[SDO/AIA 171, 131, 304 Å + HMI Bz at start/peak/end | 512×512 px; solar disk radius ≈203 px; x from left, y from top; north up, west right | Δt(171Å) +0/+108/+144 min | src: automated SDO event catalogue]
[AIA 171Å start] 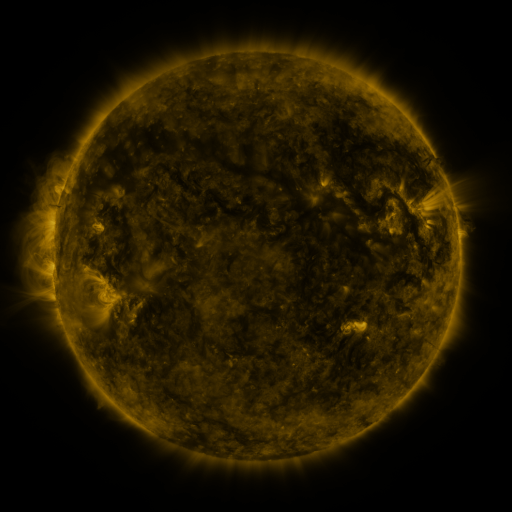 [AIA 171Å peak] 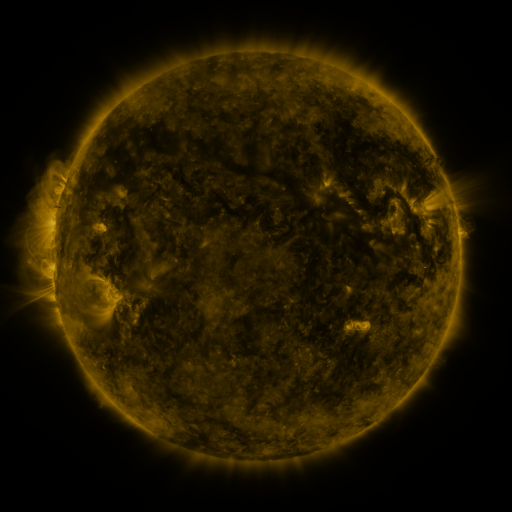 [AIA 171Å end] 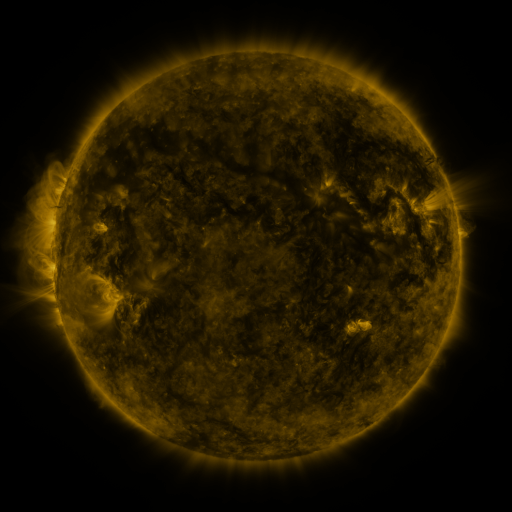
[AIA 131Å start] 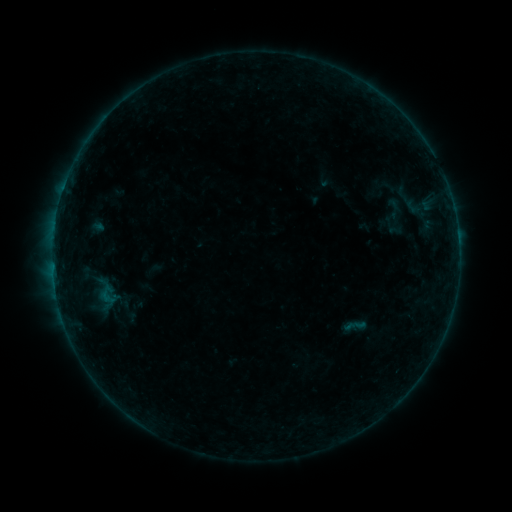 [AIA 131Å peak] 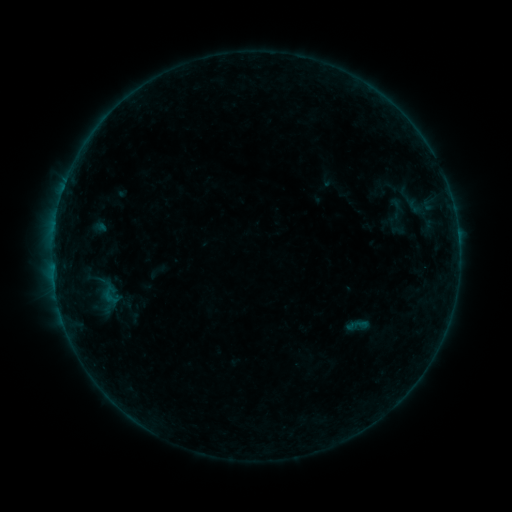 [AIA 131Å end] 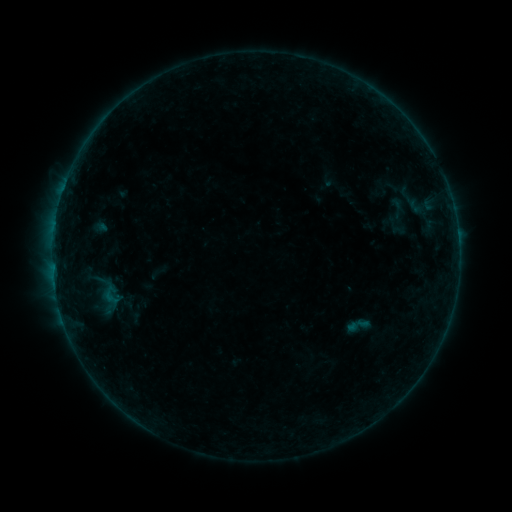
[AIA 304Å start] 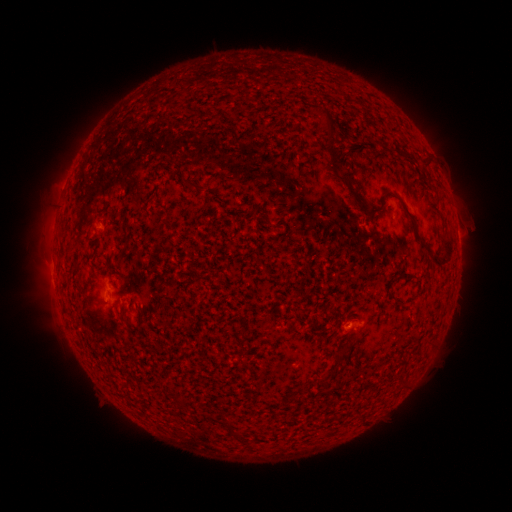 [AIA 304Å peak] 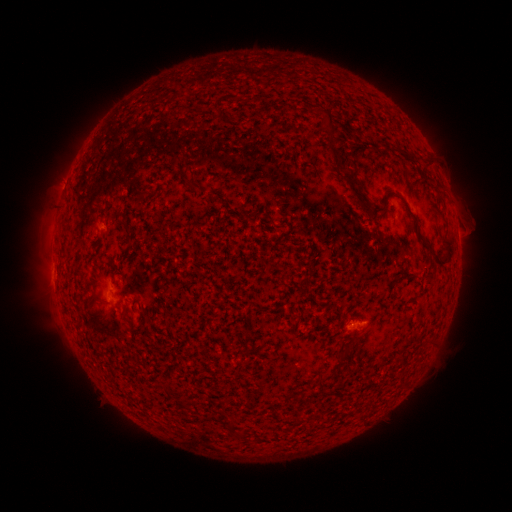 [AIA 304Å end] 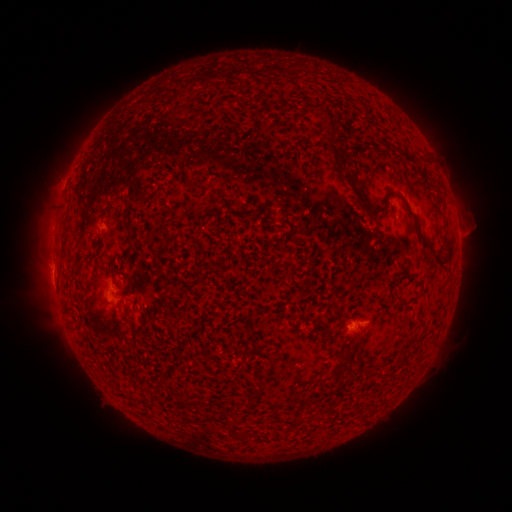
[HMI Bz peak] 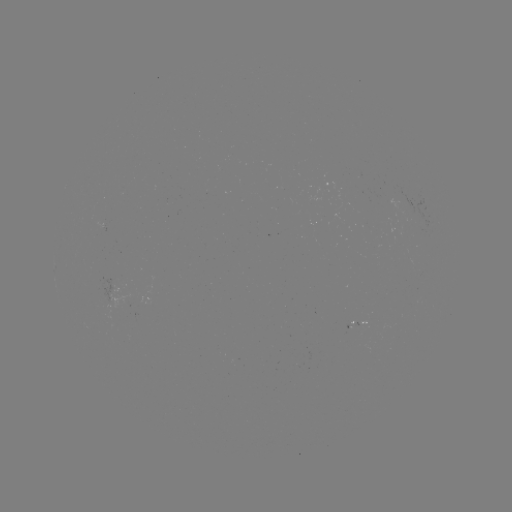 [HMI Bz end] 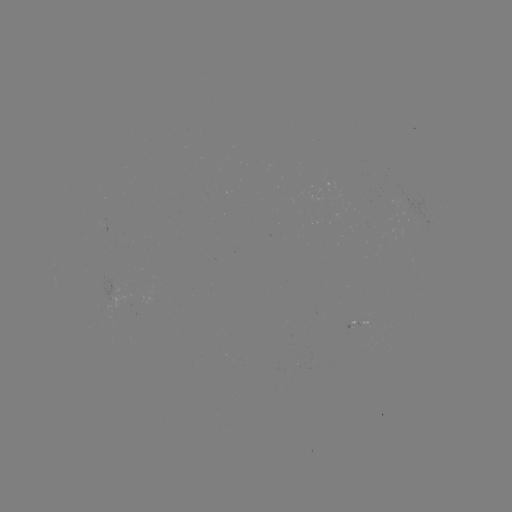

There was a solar emerging-flux region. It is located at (361, 322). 